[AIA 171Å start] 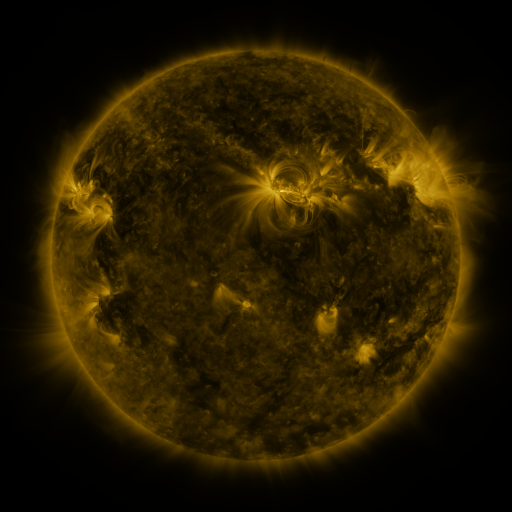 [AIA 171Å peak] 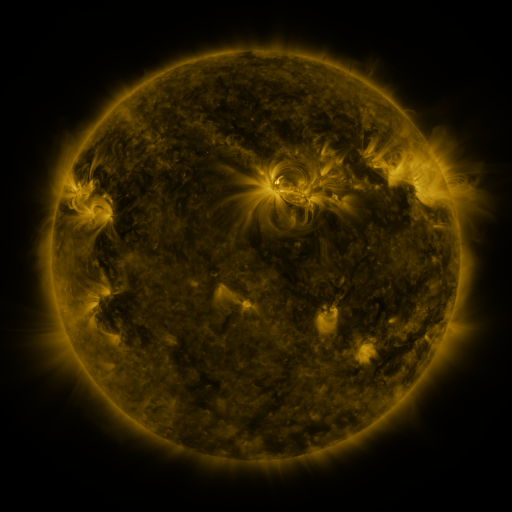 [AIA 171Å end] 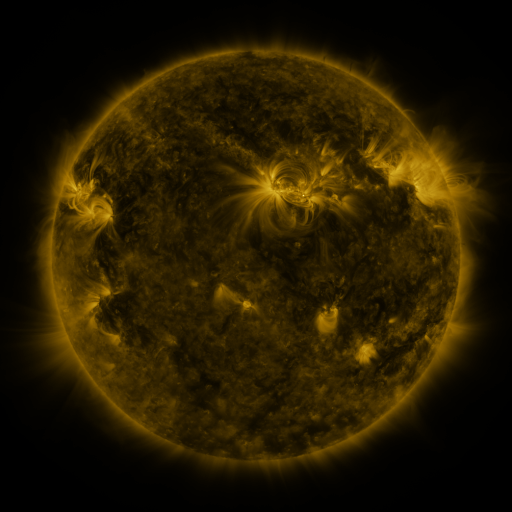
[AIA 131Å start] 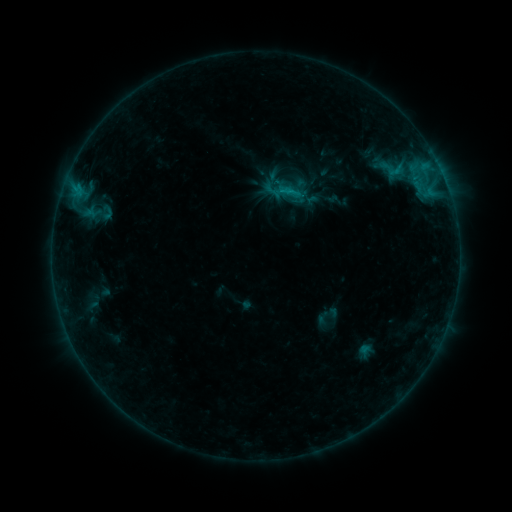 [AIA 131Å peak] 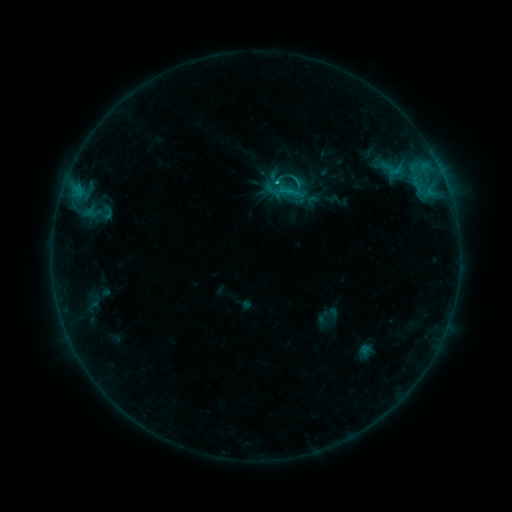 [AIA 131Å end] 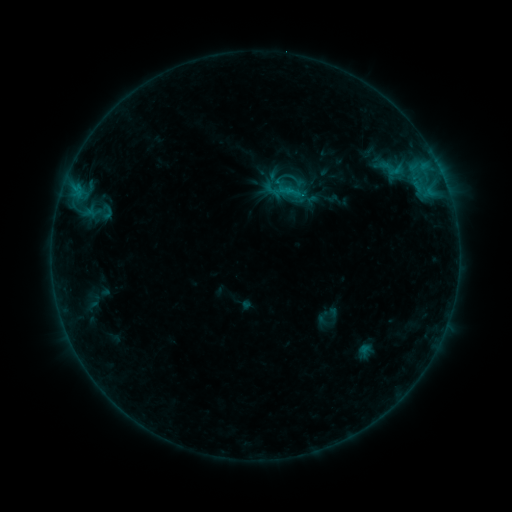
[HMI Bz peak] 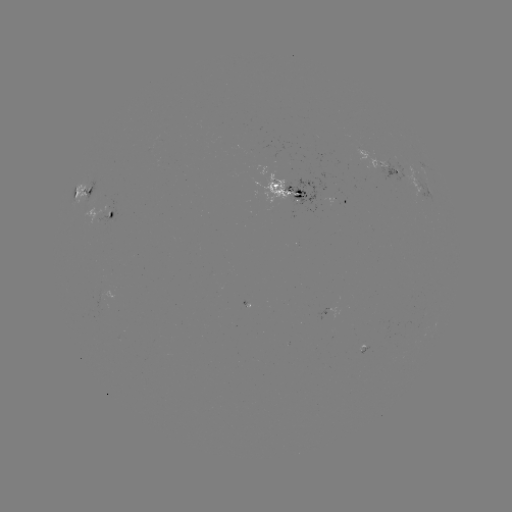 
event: flare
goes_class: C1.1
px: (276, 184)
